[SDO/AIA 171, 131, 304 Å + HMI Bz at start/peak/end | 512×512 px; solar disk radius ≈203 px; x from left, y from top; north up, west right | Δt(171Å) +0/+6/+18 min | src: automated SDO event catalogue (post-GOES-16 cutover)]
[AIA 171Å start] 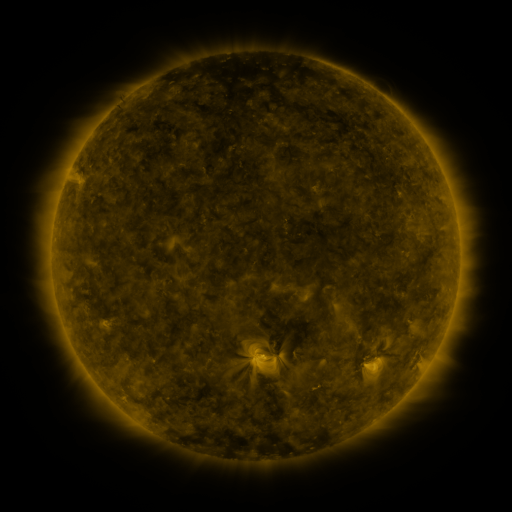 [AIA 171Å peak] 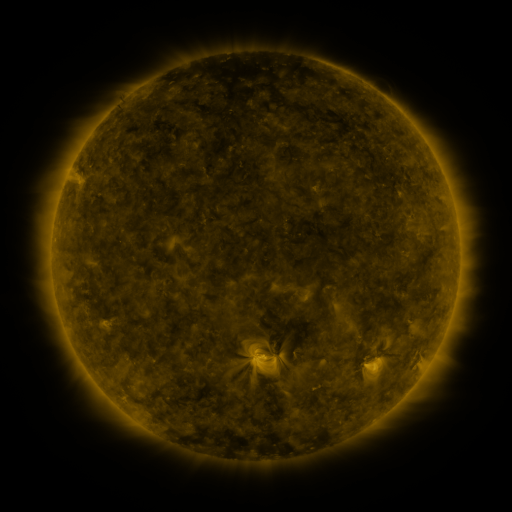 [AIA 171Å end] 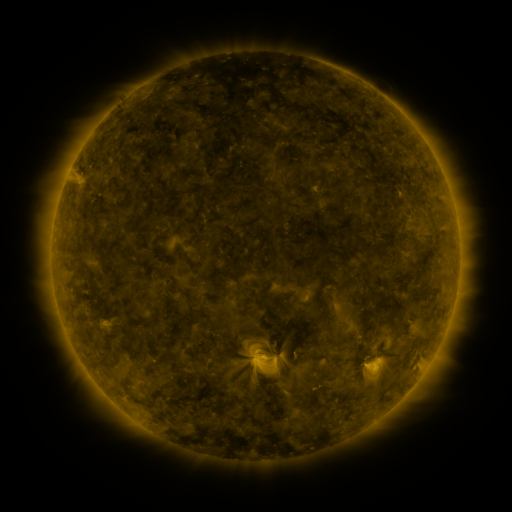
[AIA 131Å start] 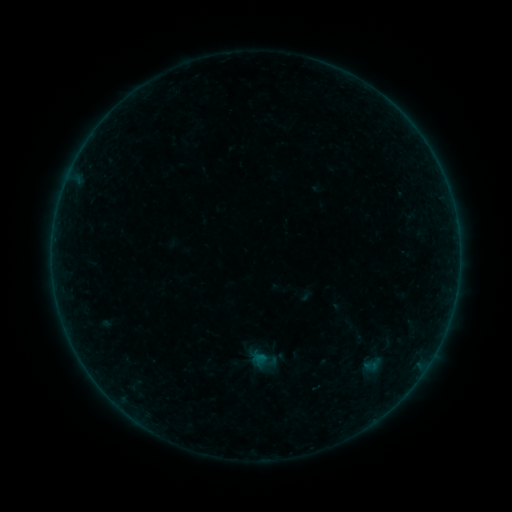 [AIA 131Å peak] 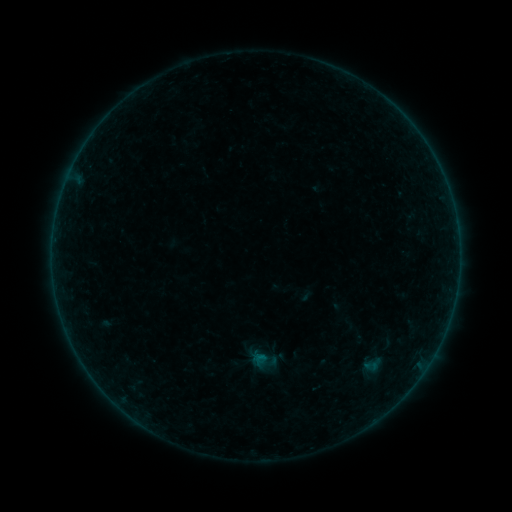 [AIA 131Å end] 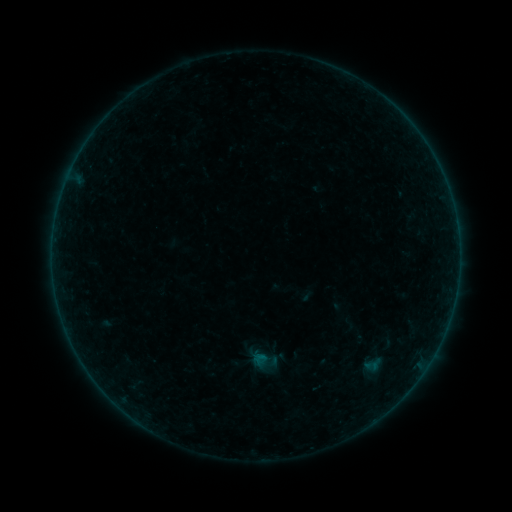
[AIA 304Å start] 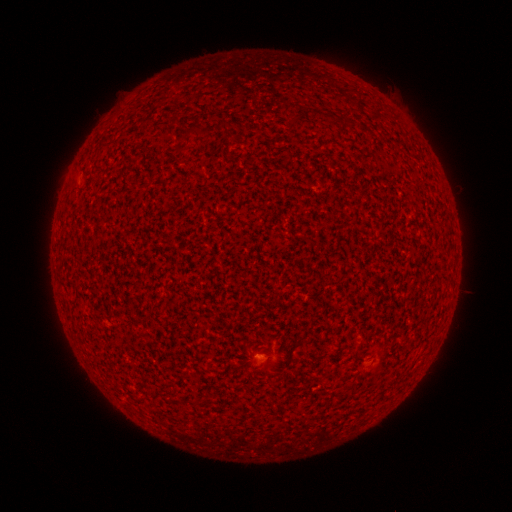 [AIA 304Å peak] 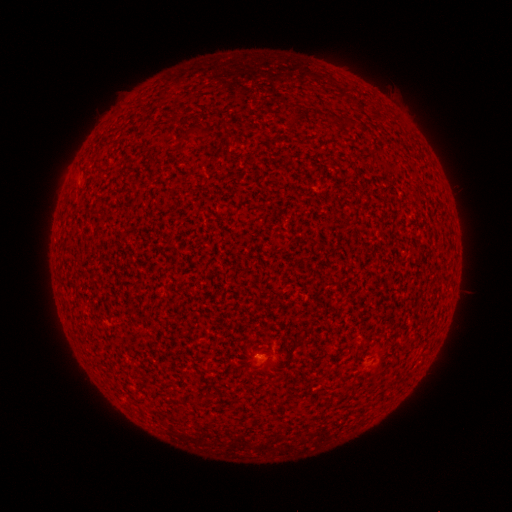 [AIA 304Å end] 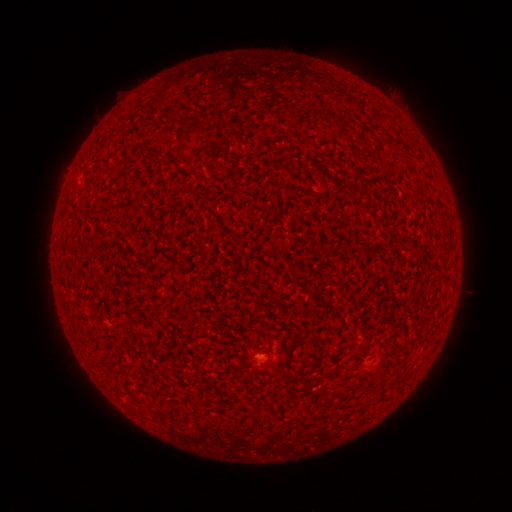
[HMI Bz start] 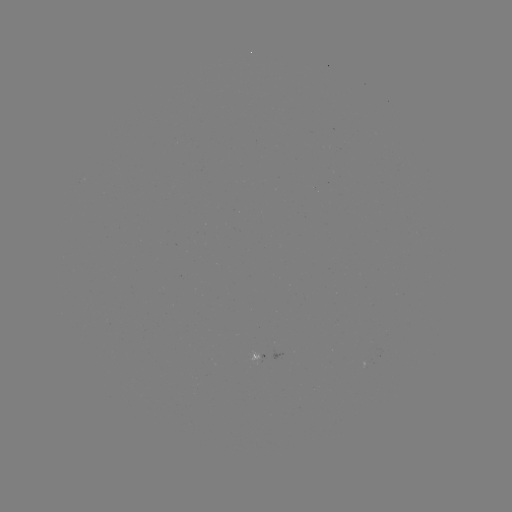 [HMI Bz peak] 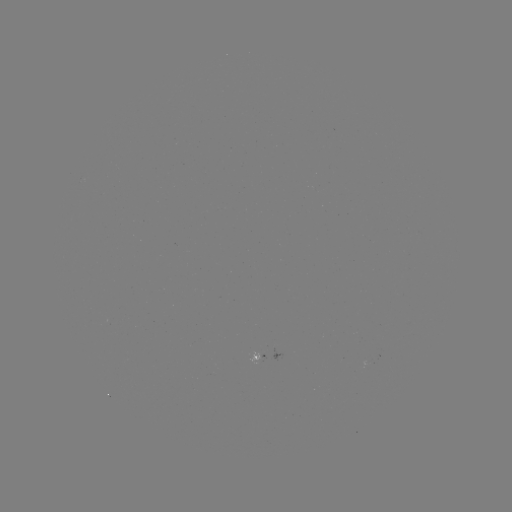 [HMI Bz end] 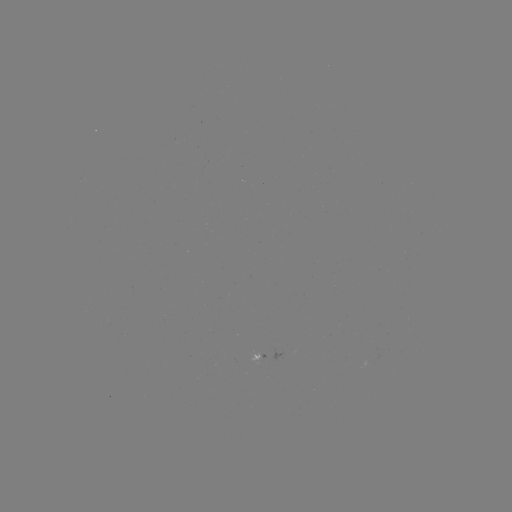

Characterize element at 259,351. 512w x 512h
A2.6 flare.